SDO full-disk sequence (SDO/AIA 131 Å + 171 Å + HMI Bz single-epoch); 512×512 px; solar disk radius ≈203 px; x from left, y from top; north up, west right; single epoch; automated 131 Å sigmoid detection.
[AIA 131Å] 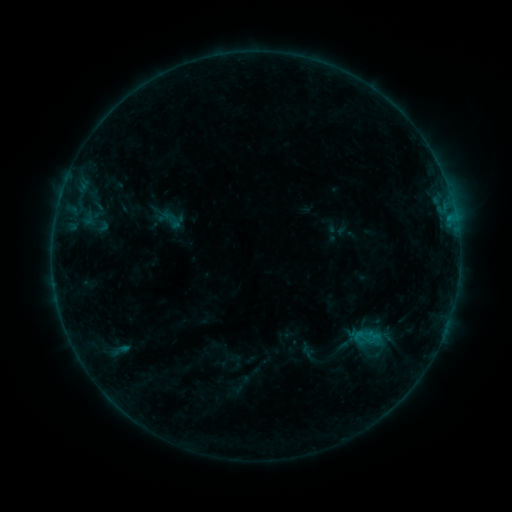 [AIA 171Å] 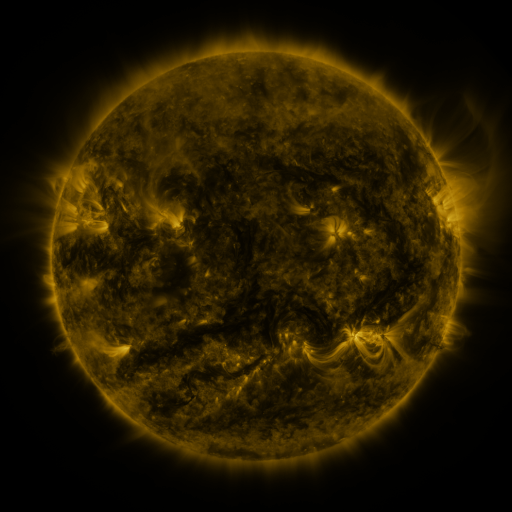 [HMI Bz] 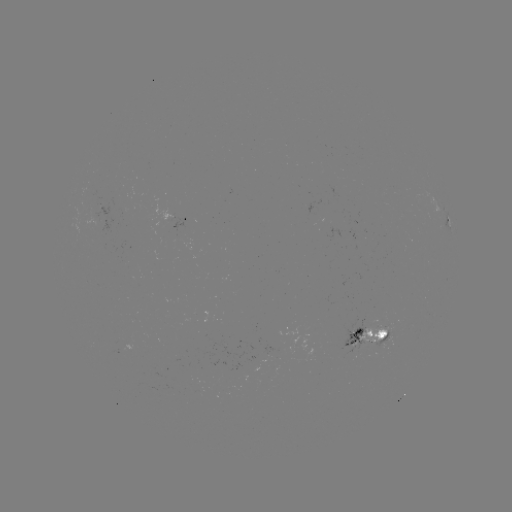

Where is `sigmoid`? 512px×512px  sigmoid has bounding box [352, 327, 372, 347].